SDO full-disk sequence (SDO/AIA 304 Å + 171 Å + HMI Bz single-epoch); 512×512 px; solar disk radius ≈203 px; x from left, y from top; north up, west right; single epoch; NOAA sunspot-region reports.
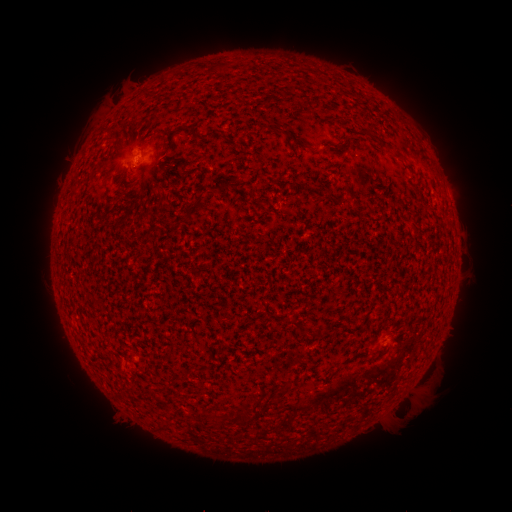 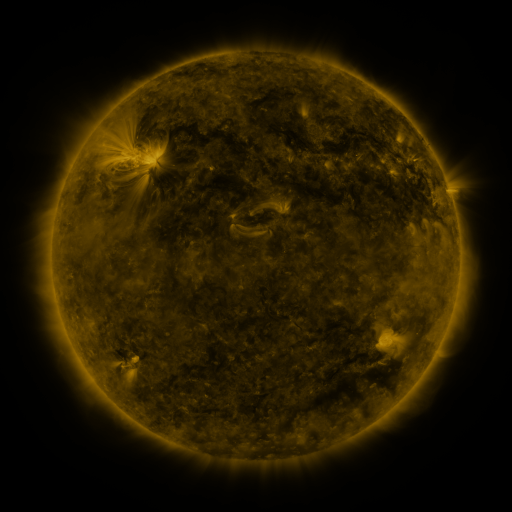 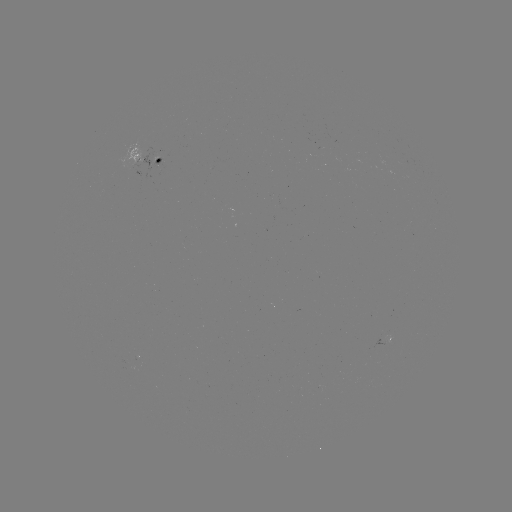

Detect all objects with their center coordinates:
spotted active region: (145, 154)
spotted active region: (385, 340)
